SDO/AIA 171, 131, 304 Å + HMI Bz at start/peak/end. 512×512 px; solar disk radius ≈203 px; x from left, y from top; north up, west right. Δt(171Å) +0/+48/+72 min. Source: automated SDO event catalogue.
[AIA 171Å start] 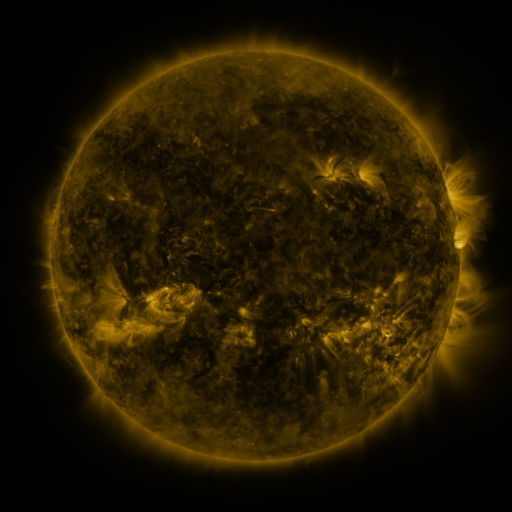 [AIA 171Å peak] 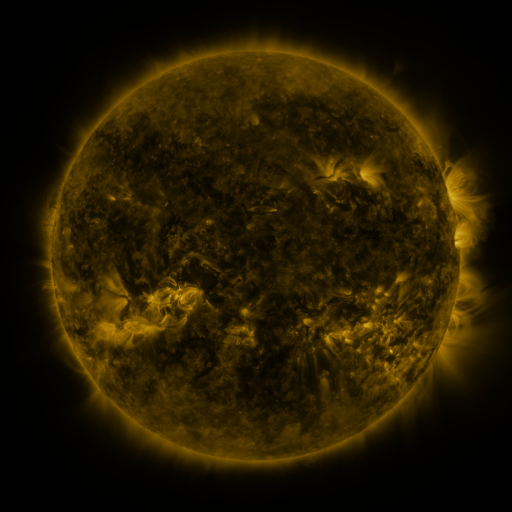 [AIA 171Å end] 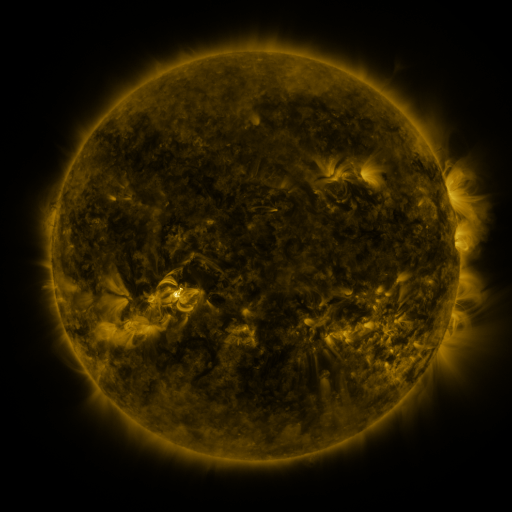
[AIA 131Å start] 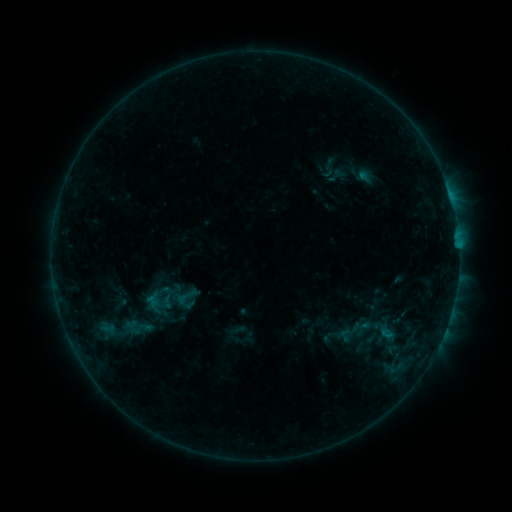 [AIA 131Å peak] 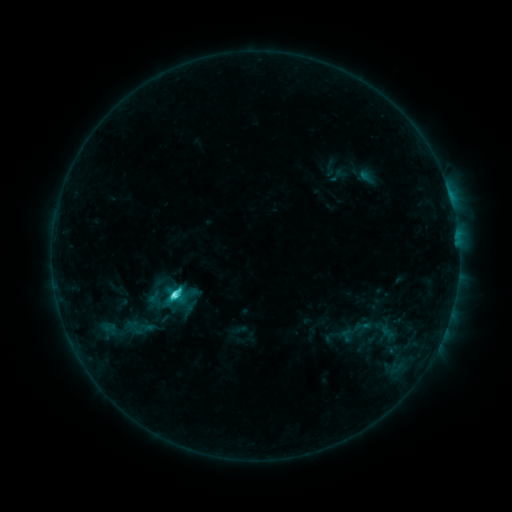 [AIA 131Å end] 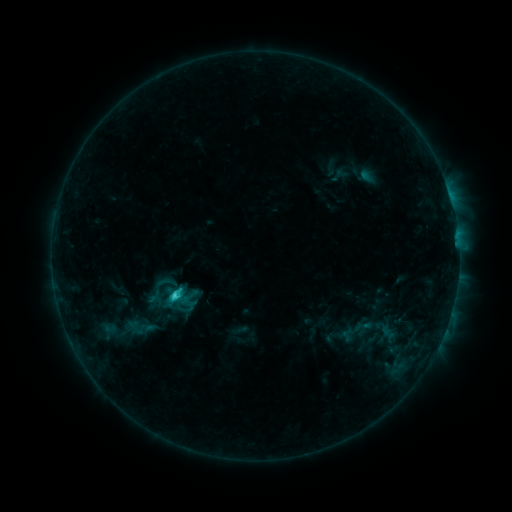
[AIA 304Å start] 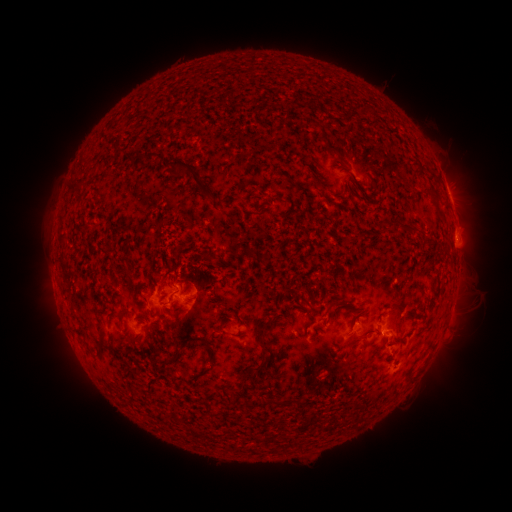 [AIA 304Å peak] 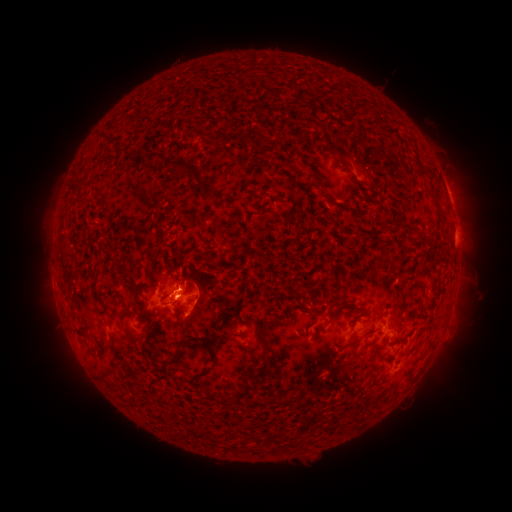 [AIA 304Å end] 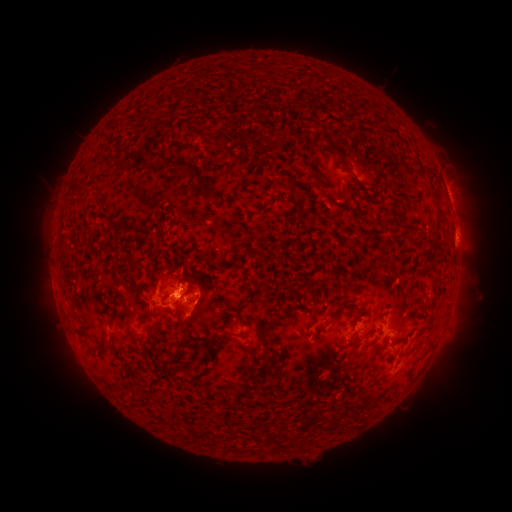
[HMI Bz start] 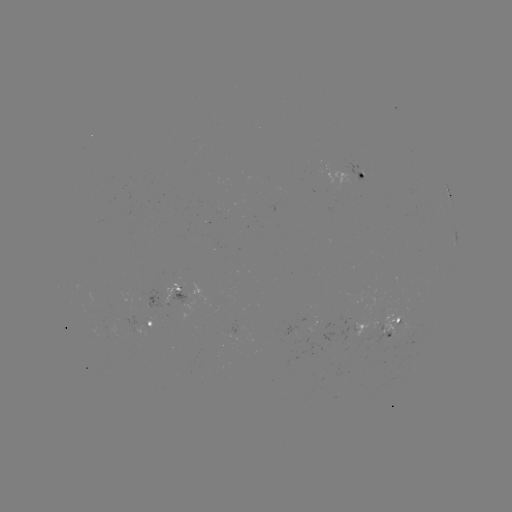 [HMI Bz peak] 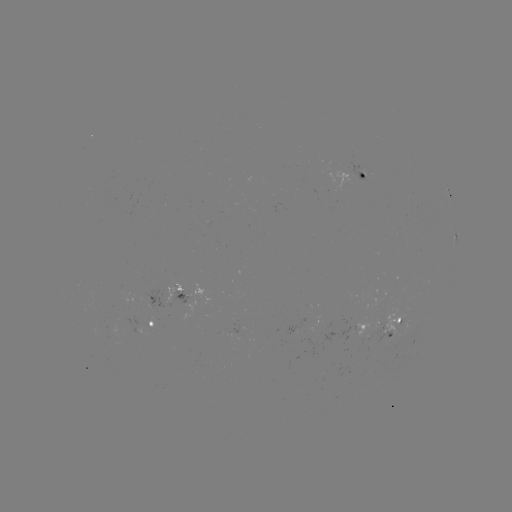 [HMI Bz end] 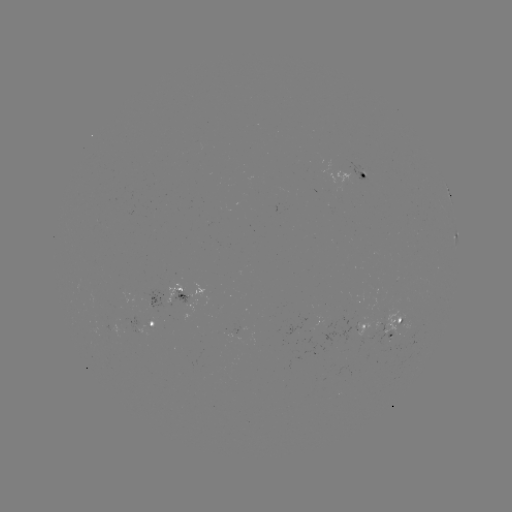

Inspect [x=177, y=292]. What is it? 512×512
C4.0 flare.